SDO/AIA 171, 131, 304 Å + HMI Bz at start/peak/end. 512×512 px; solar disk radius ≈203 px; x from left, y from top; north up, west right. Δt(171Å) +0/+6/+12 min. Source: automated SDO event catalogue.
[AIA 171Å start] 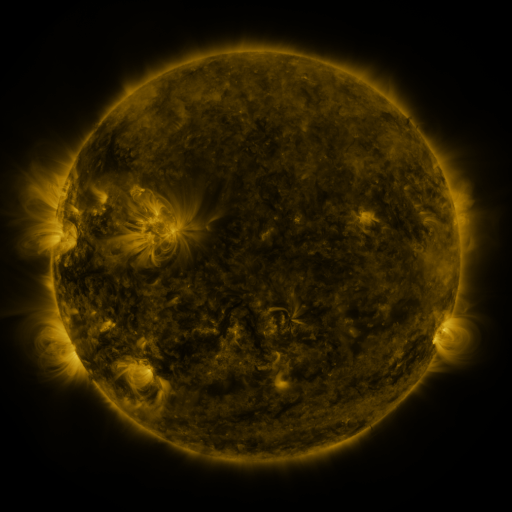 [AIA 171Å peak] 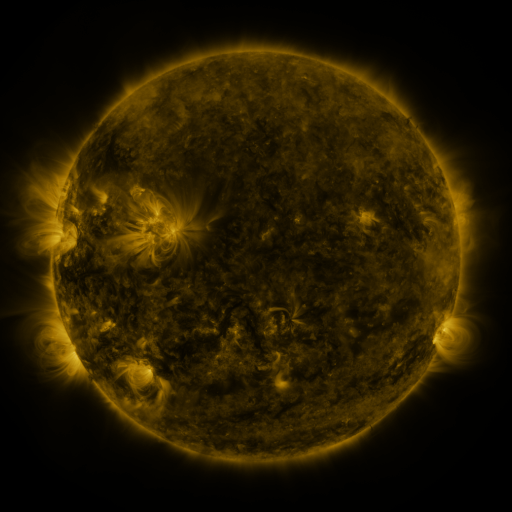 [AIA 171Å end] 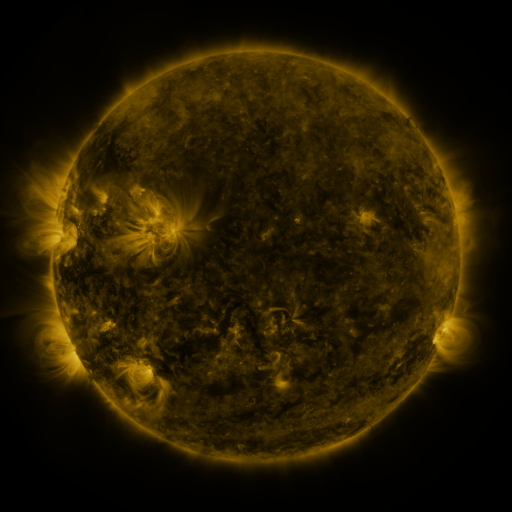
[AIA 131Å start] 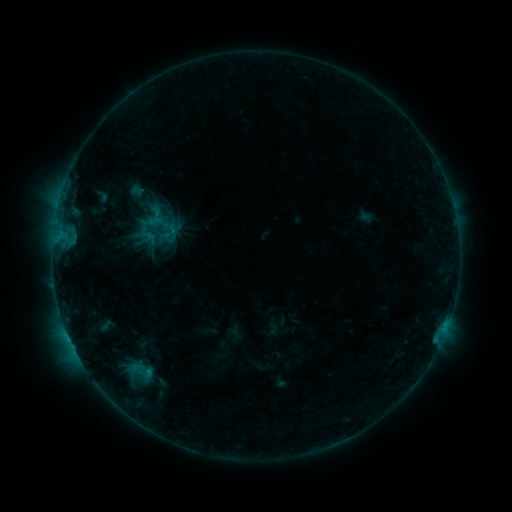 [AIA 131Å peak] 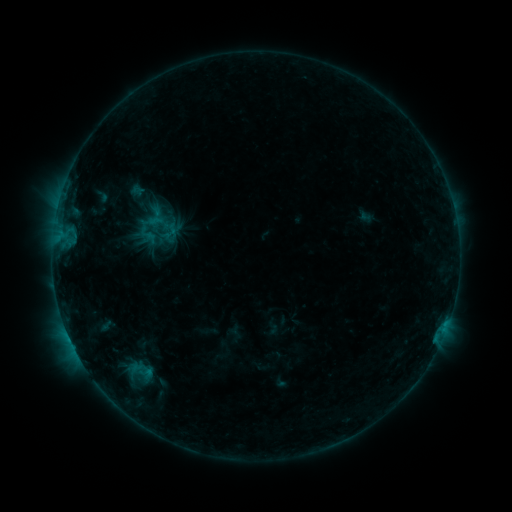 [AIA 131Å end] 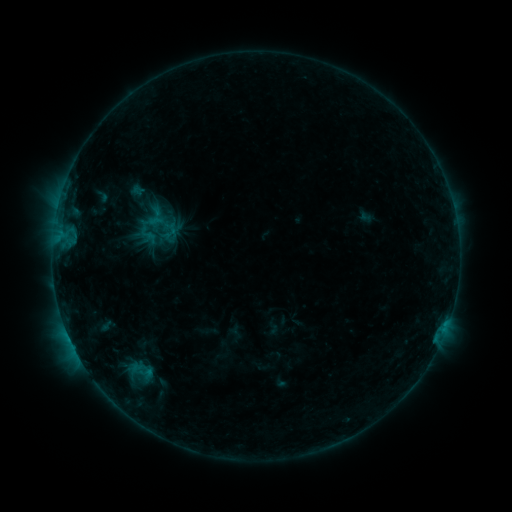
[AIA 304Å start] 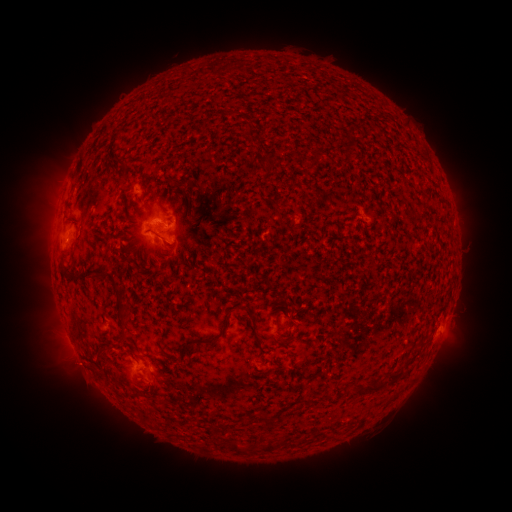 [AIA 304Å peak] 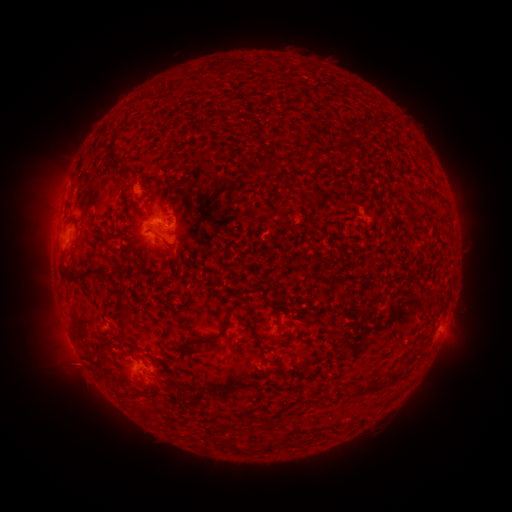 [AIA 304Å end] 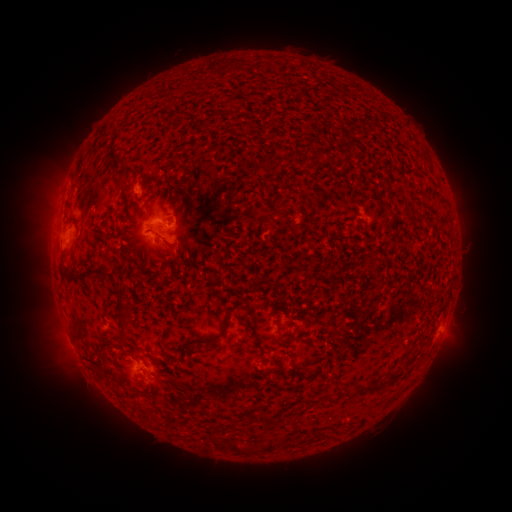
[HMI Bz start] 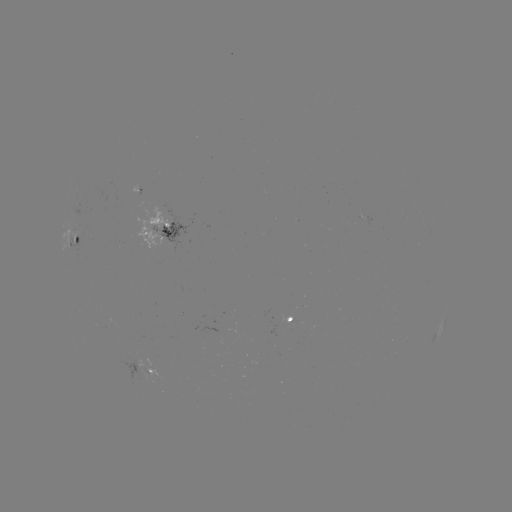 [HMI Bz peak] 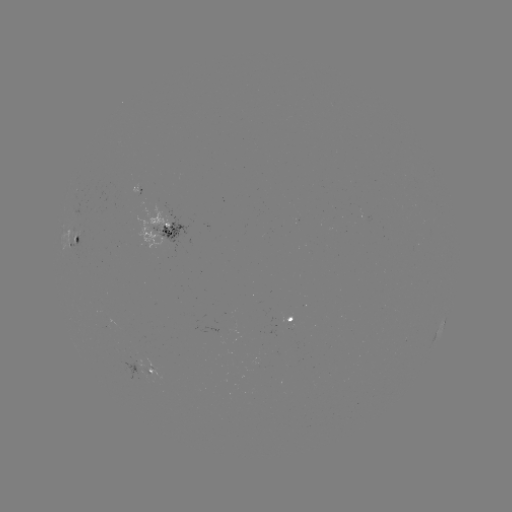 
no flare in any classed list; no EUV-trigger detection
